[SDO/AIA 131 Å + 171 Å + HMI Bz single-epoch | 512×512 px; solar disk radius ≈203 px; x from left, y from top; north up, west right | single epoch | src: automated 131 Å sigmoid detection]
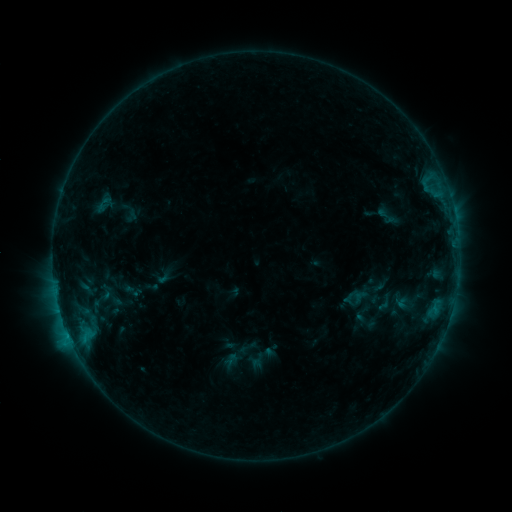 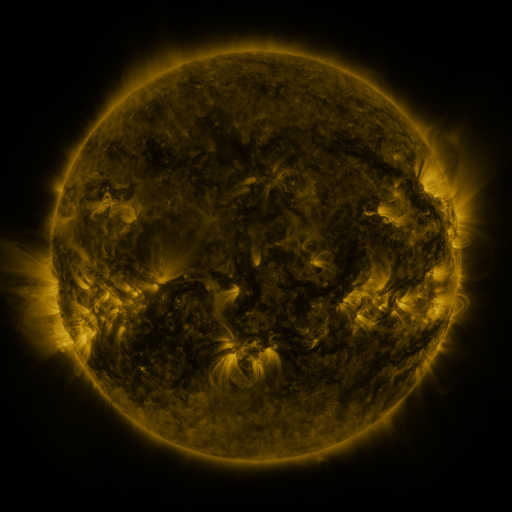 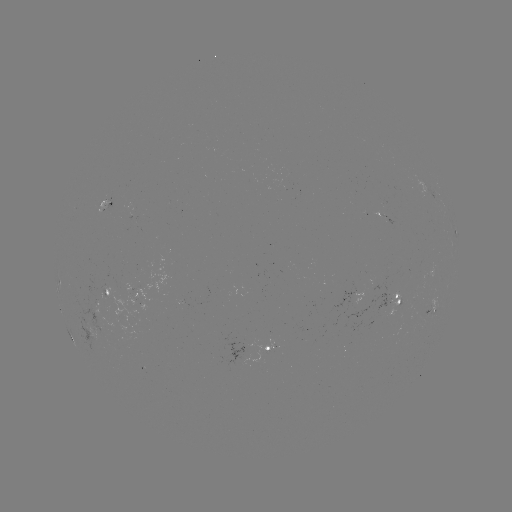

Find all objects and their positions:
sigmoid: (387, 216)
sigmoid: (384, 303)
